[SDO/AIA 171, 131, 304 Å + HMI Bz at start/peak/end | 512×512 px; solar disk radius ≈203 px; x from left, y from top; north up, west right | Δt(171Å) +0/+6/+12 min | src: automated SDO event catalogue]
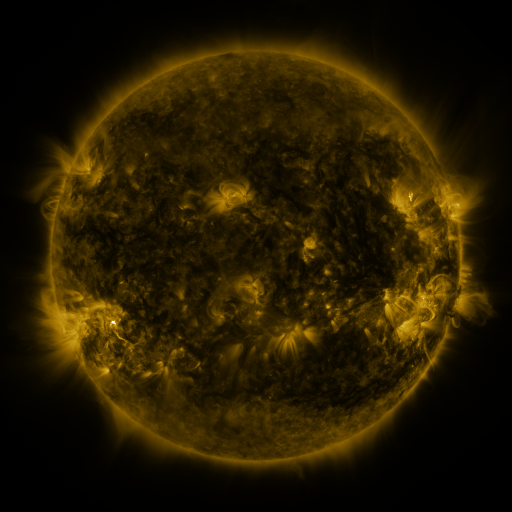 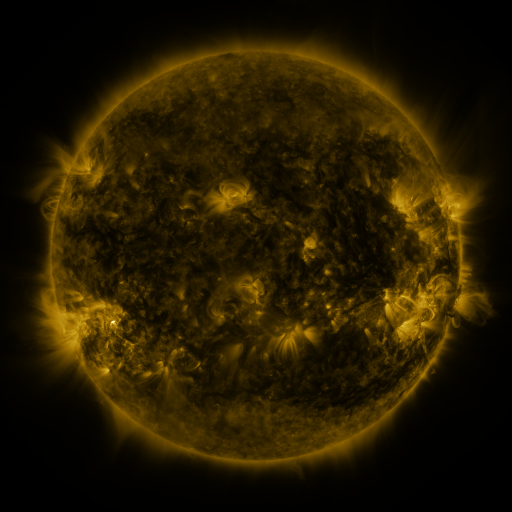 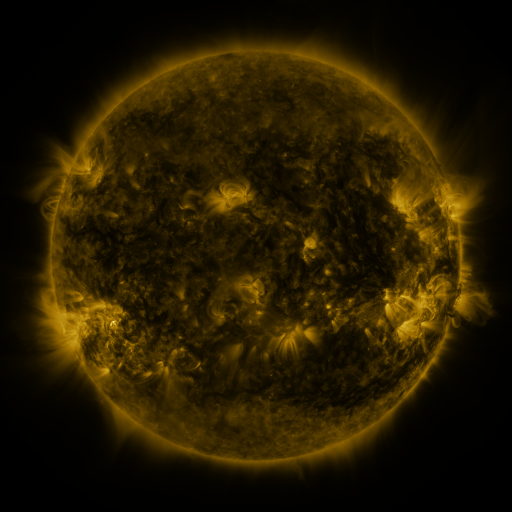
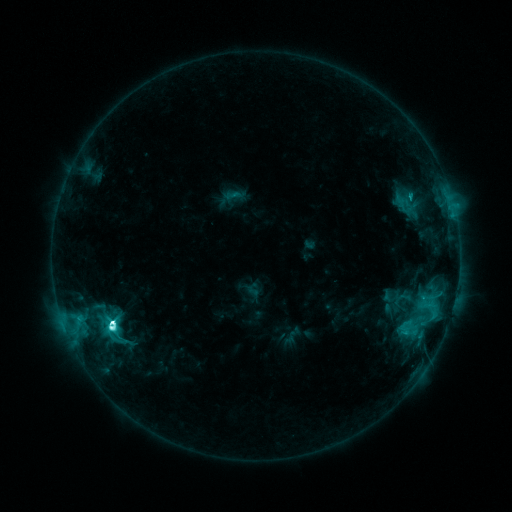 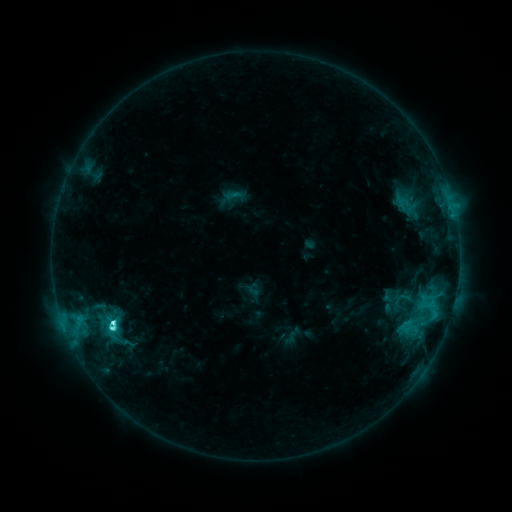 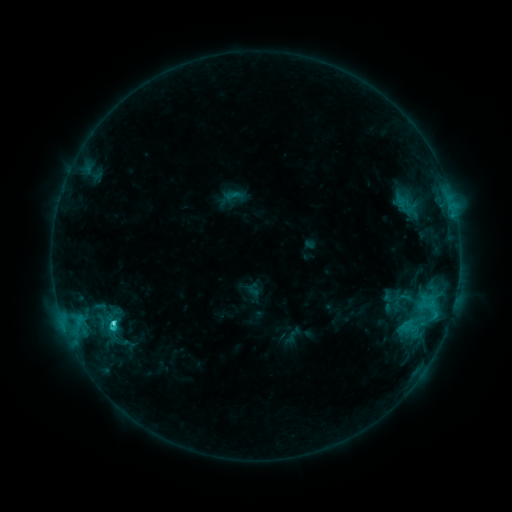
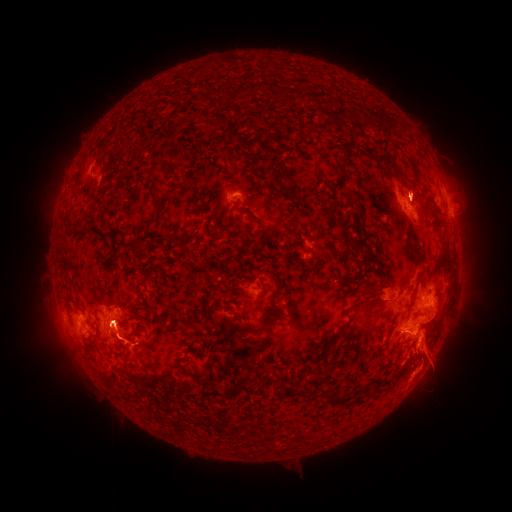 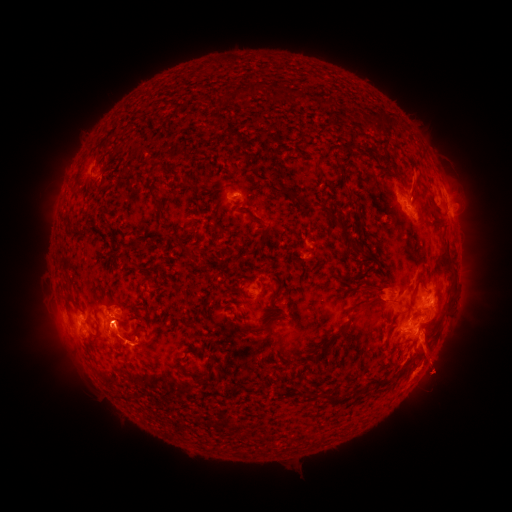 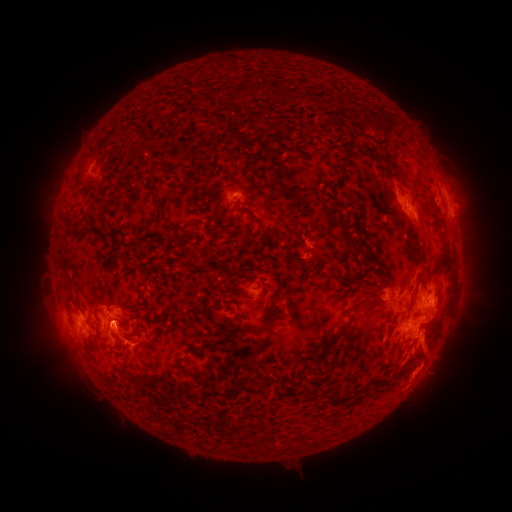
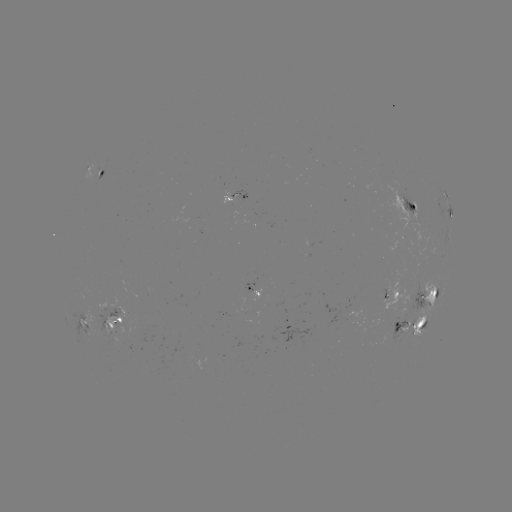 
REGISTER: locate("eruption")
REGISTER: [416, 174]